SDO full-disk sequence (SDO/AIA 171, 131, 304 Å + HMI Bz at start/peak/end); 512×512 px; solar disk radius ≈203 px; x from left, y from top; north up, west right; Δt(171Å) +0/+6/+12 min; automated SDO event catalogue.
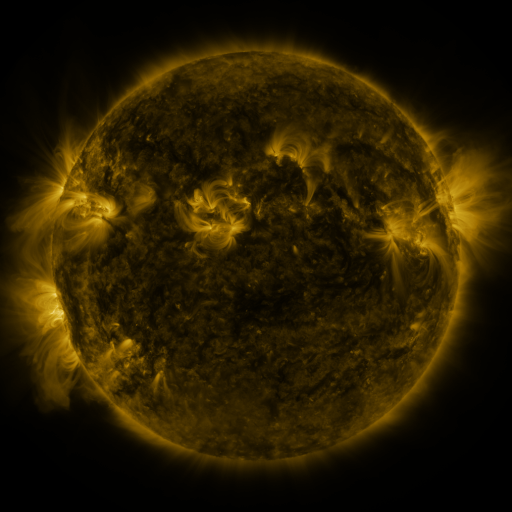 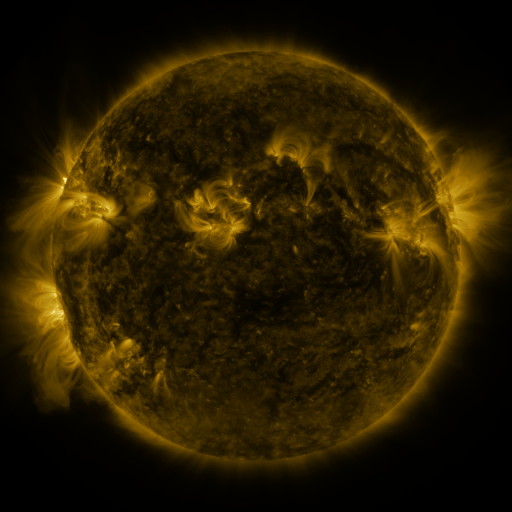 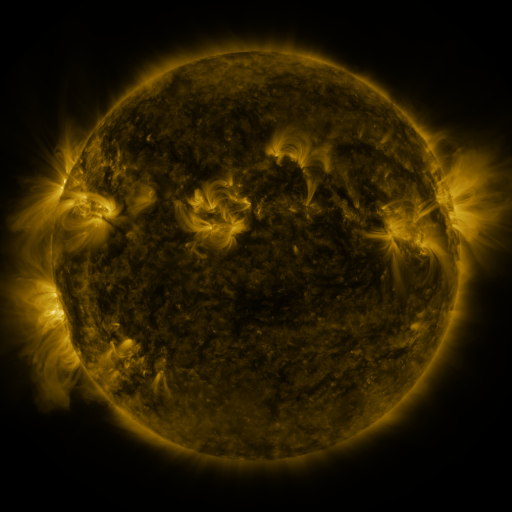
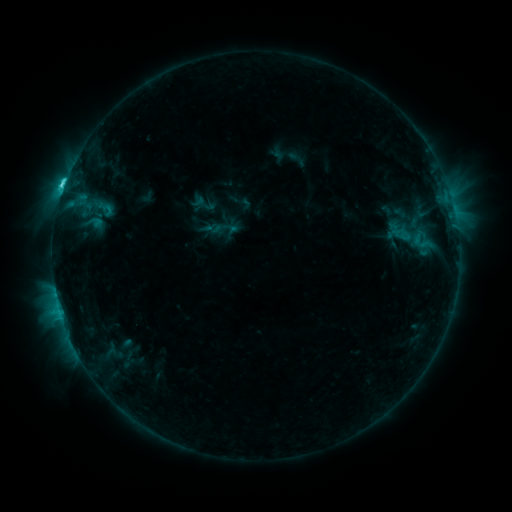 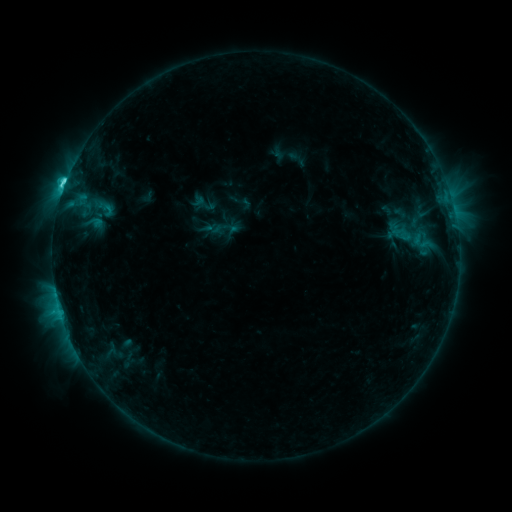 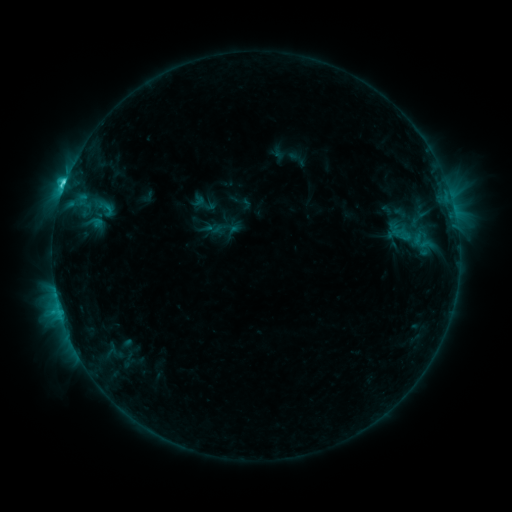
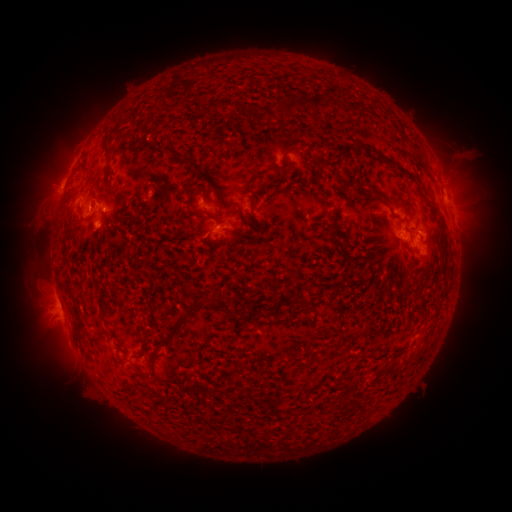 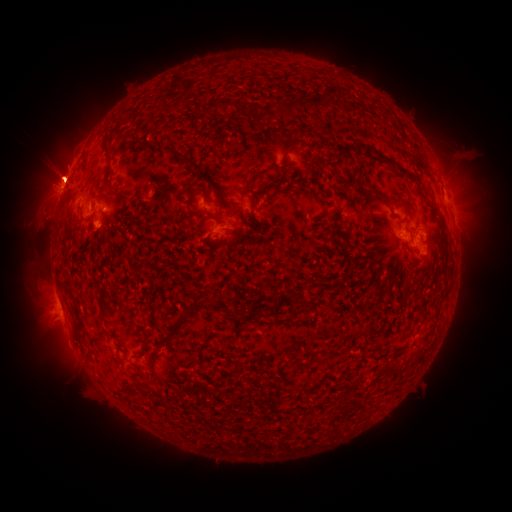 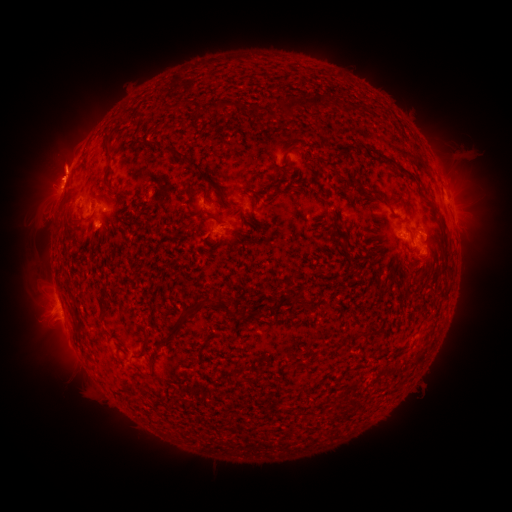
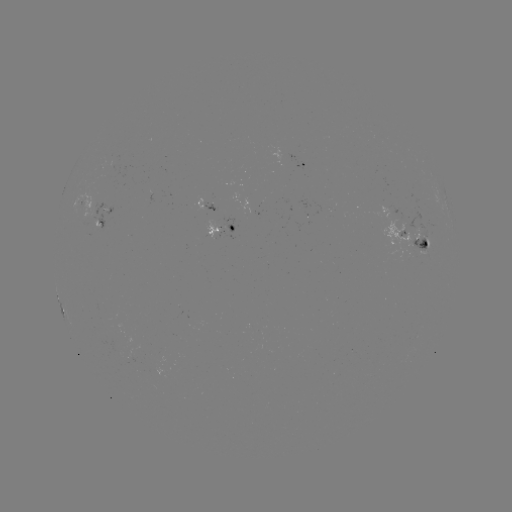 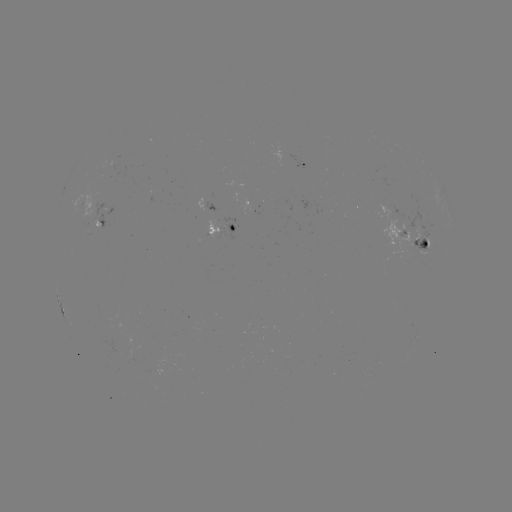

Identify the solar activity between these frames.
C4.5 flare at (66, 183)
